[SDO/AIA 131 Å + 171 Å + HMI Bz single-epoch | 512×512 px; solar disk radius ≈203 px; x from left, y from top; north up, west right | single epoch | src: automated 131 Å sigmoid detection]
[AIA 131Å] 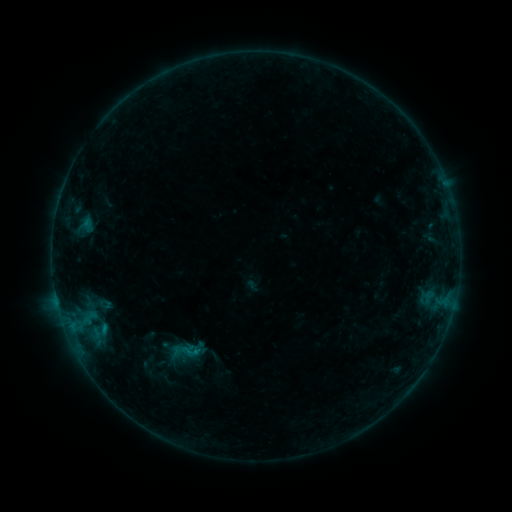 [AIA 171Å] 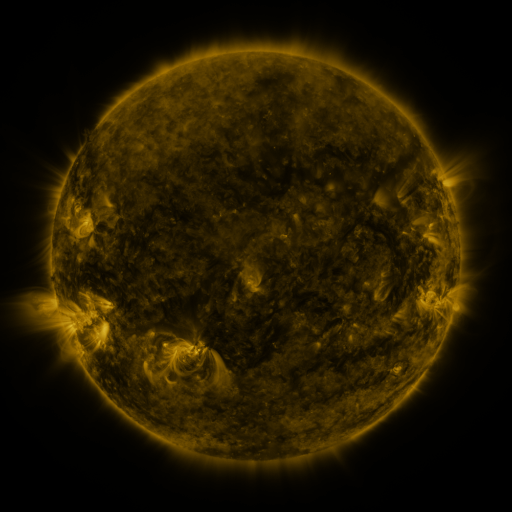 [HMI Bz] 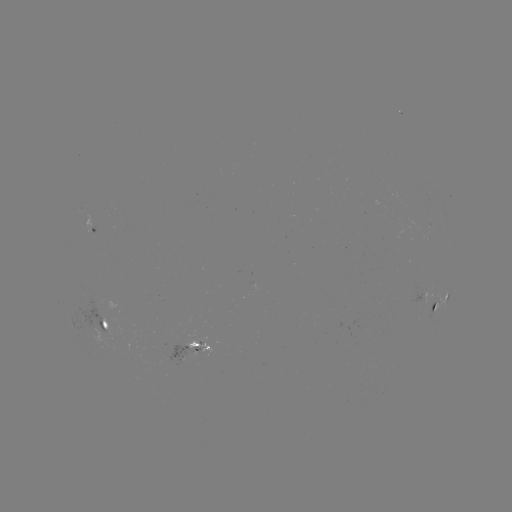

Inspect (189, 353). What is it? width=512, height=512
sigmoid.